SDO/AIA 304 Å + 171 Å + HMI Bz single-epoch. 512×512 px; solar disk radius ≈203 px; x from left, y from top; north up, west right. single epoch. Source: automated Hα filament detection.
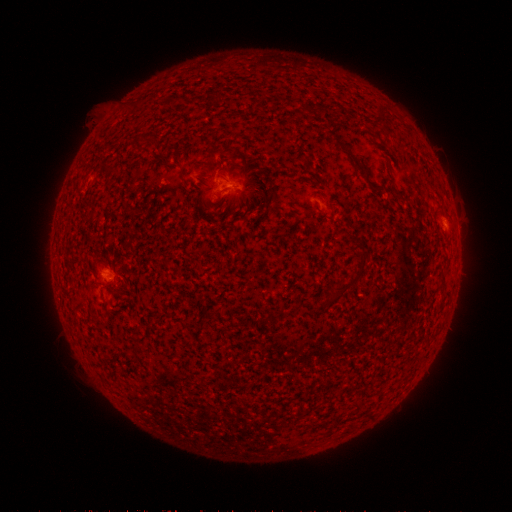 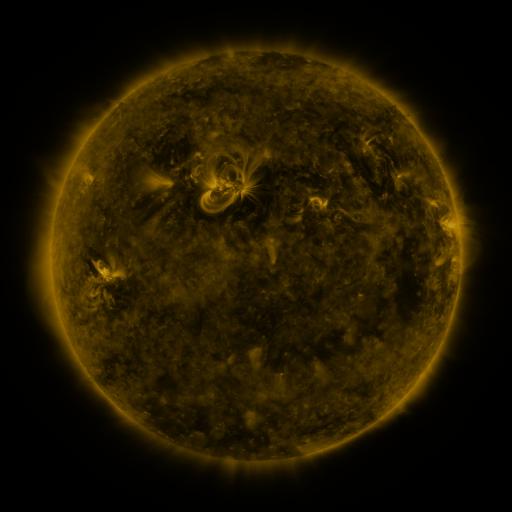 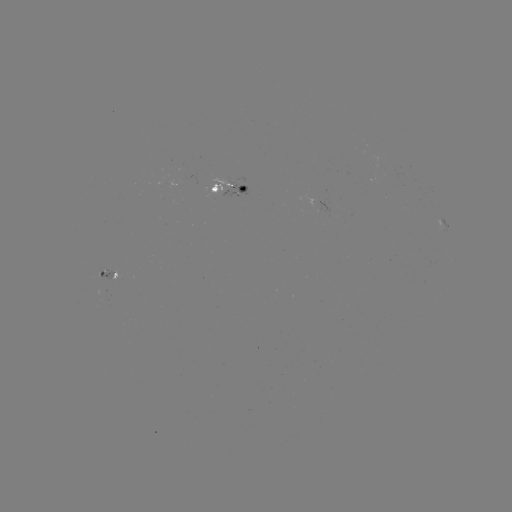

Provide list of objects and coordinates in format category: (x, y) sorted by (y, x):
filament: (137, 144)
filament: (348, 151)
filament: (178, 165)
filament: (346, 285)
